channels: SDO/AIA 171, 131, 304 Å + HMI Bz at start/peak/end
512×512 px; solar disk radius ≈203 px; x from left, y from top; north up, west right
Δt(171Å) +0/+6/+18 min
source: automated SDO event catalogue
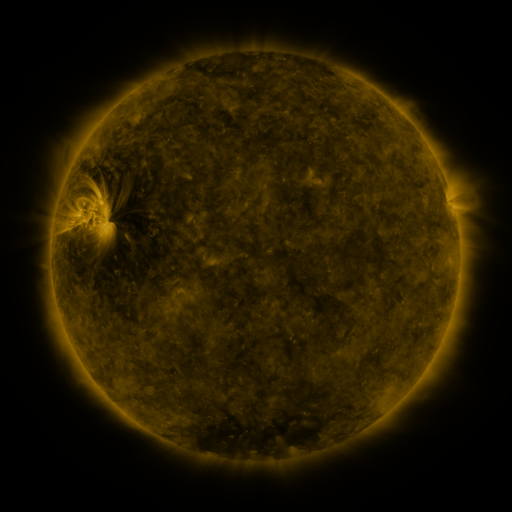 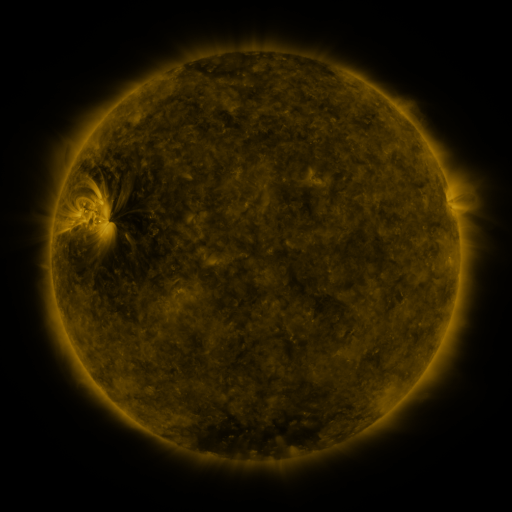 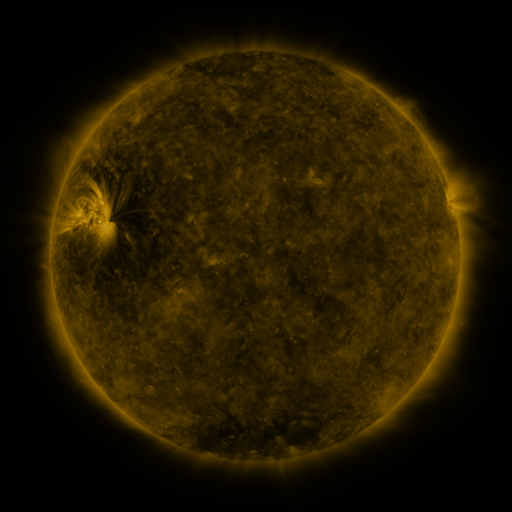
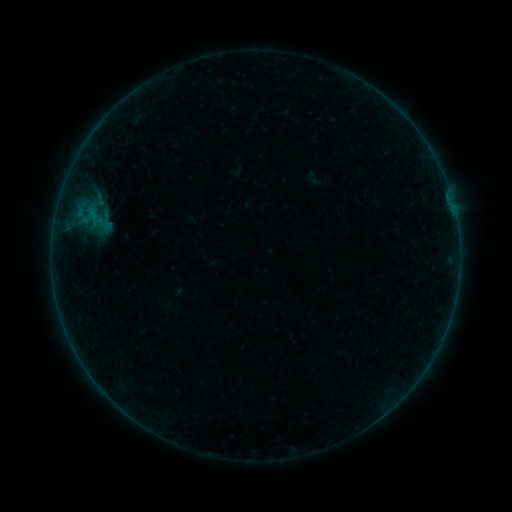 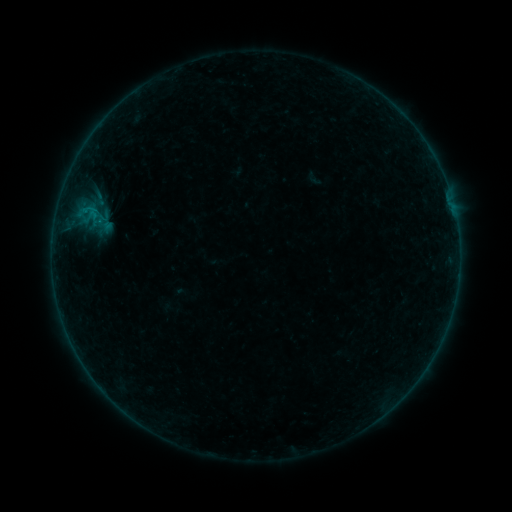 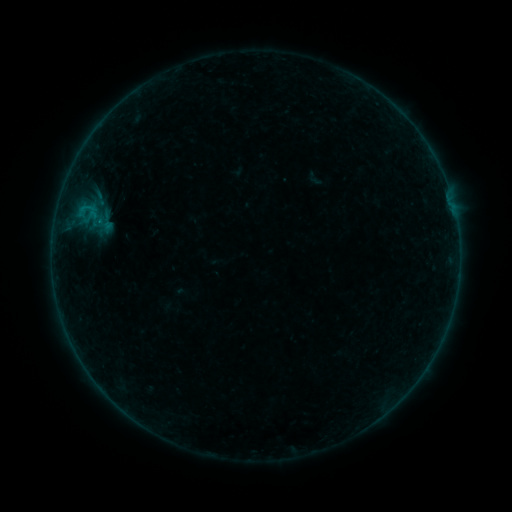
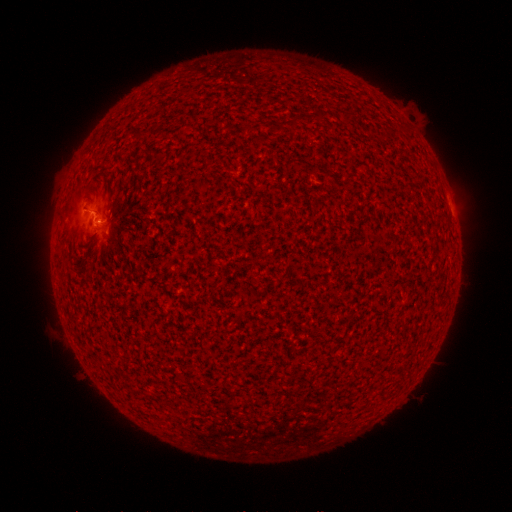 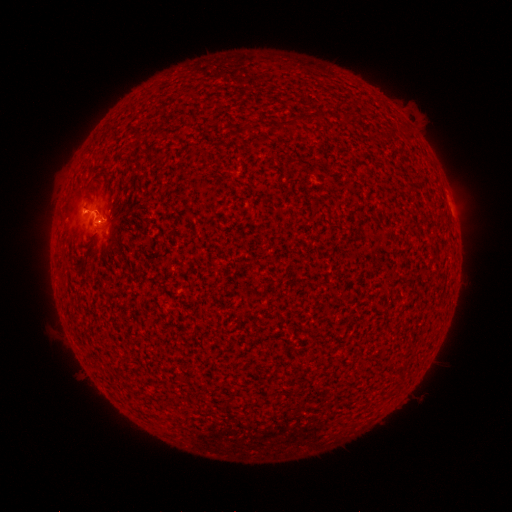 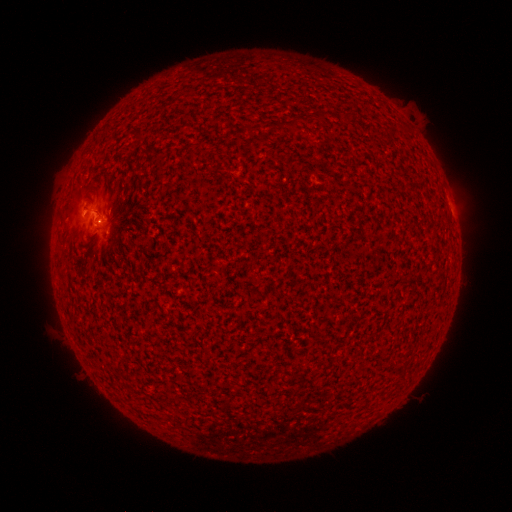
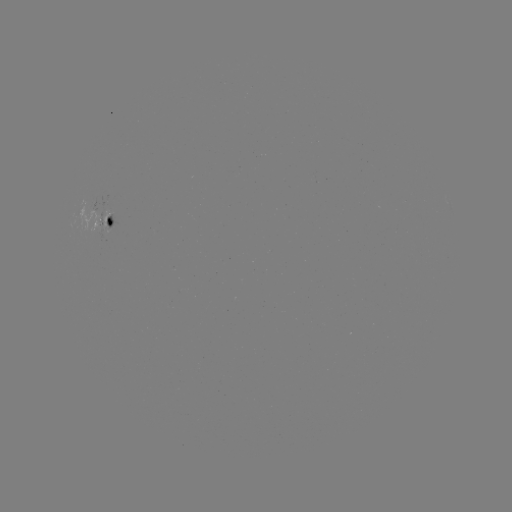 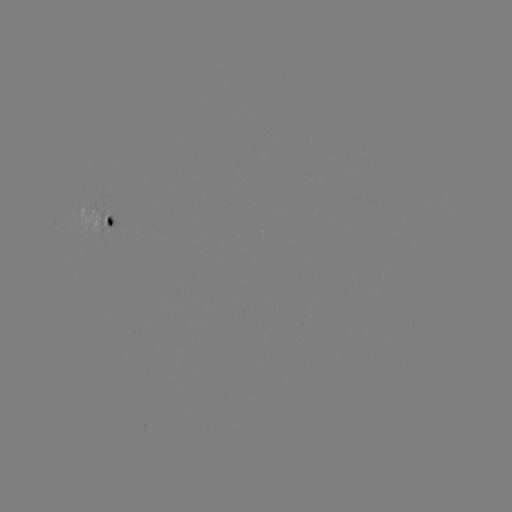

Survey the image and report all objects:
B2.5 flare: (97, 214)
